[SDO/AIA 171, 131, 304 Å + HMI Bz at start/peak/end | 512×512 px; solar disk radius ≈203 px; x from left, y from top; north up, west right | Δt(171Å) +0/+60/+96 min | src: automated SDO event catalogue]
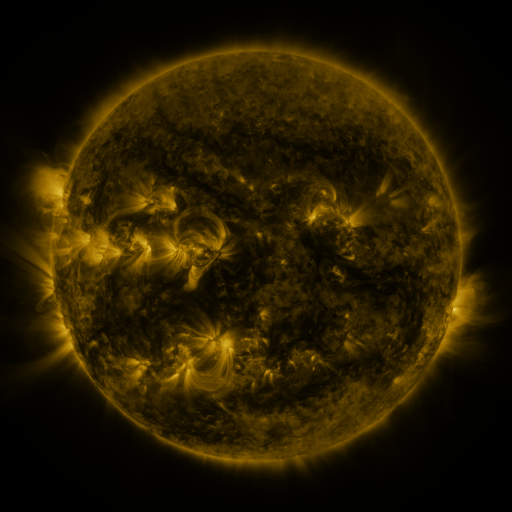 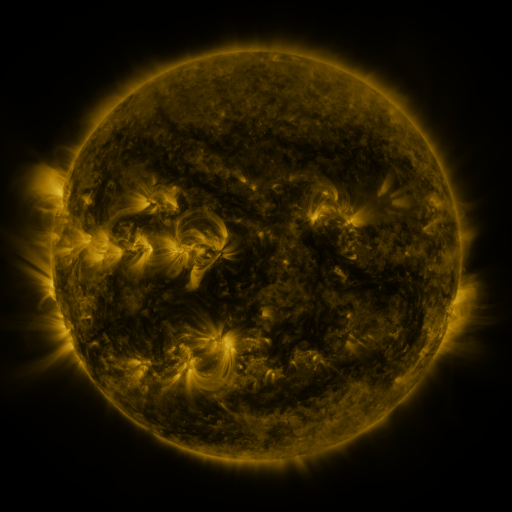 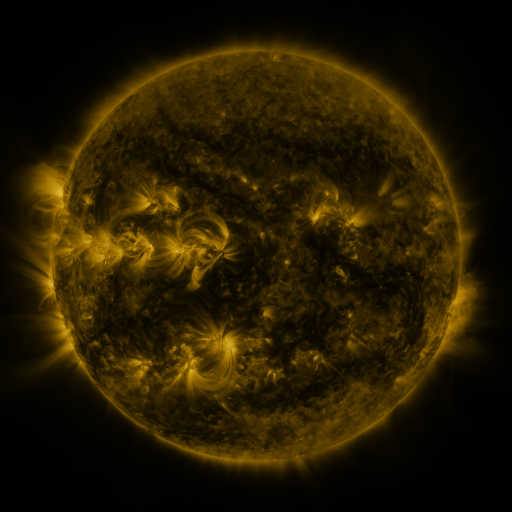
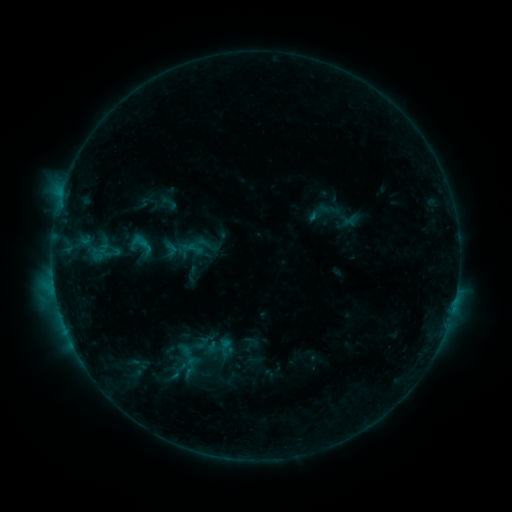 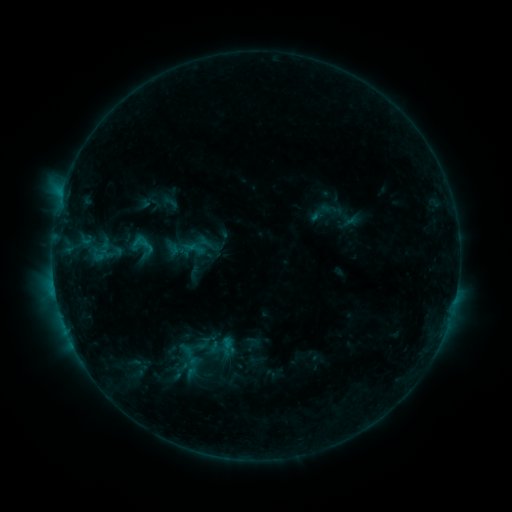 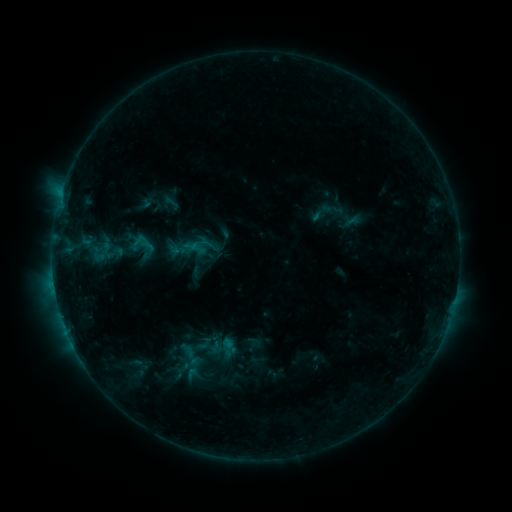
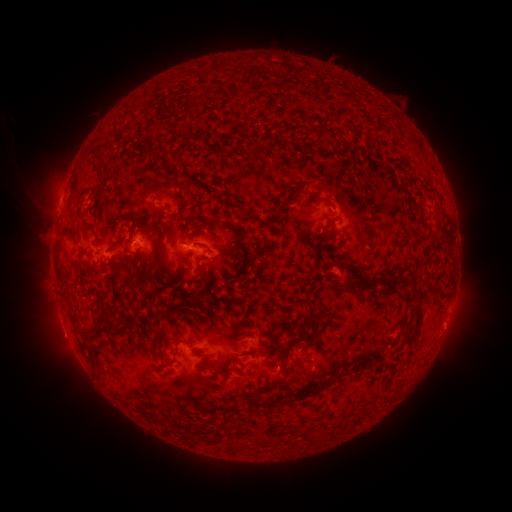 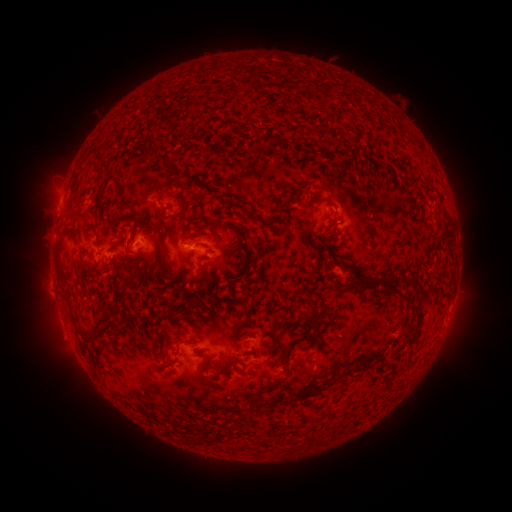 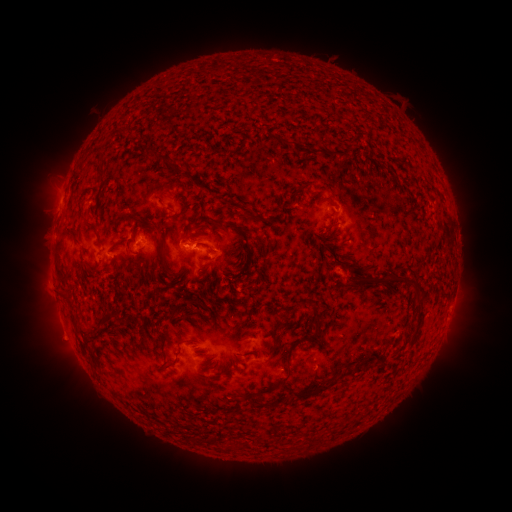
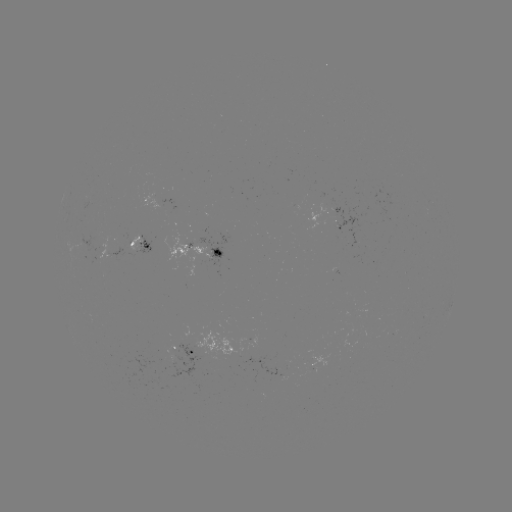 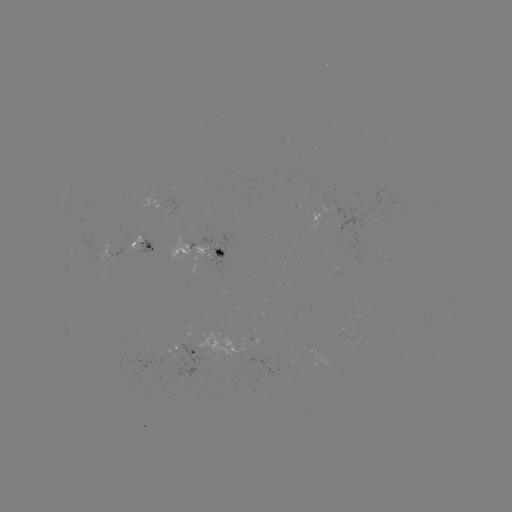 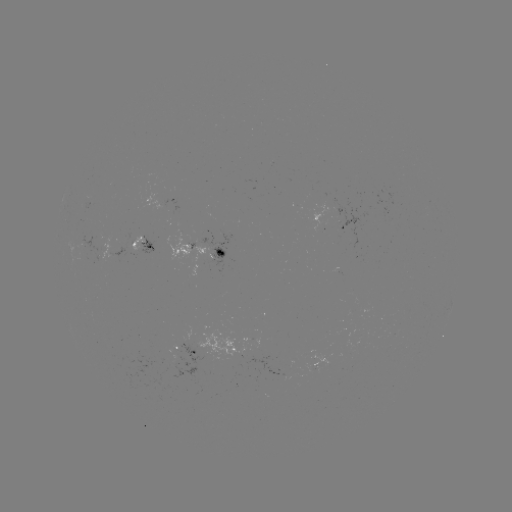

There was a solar emerging-flux region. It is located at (209, 346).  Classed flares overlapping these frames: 2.